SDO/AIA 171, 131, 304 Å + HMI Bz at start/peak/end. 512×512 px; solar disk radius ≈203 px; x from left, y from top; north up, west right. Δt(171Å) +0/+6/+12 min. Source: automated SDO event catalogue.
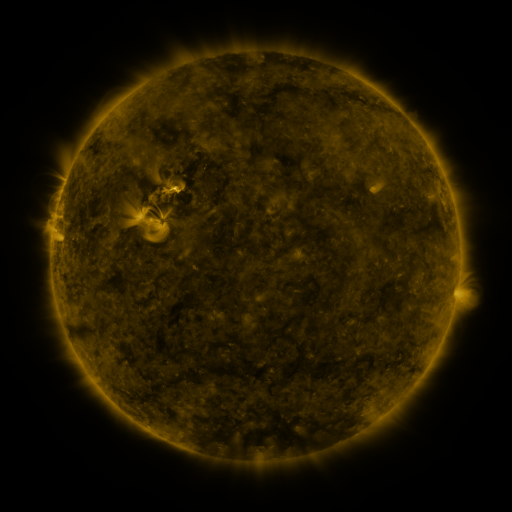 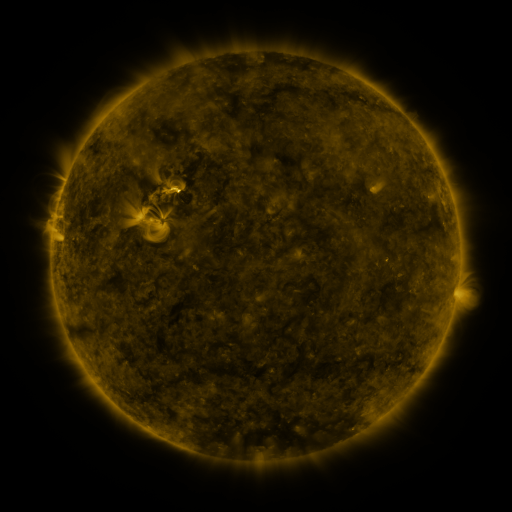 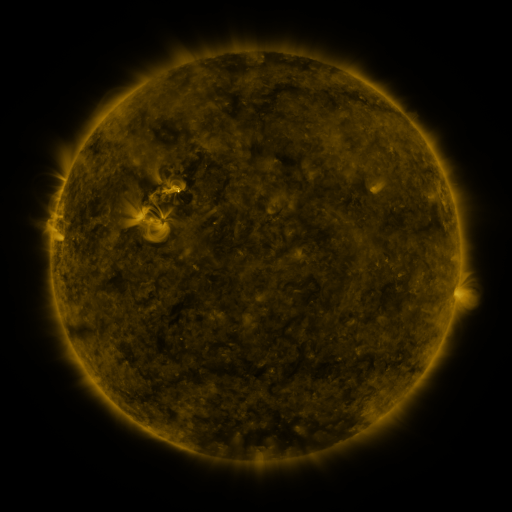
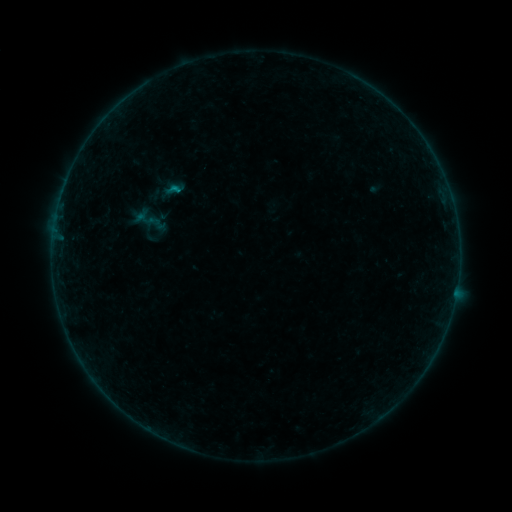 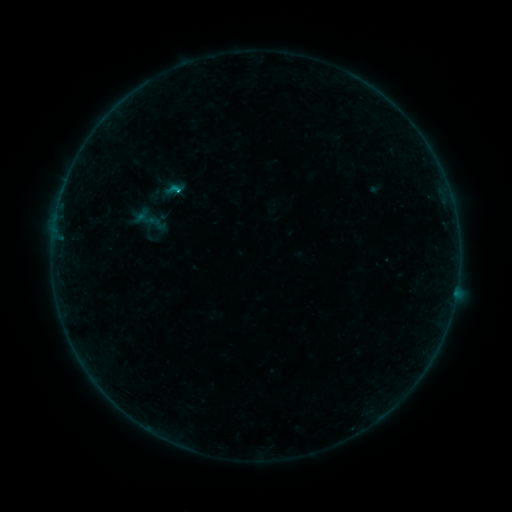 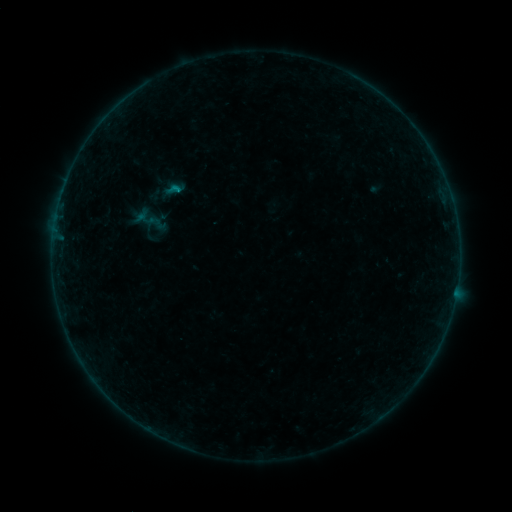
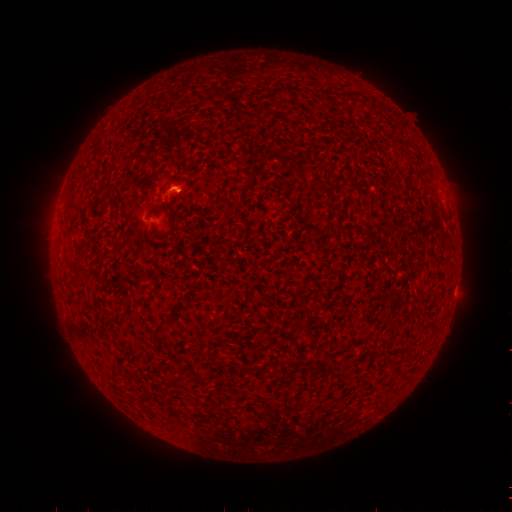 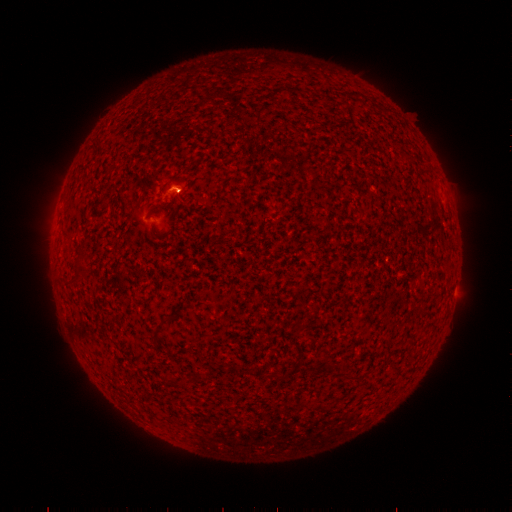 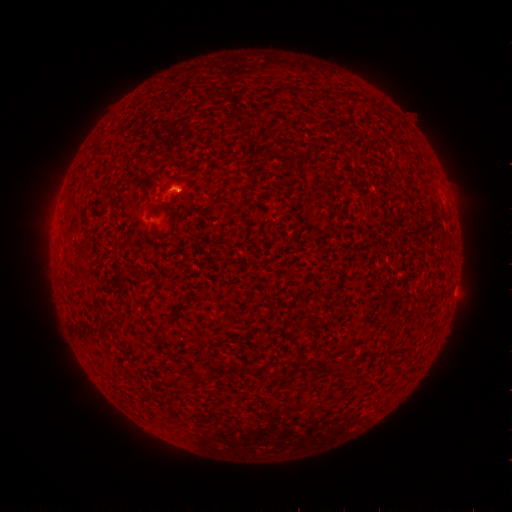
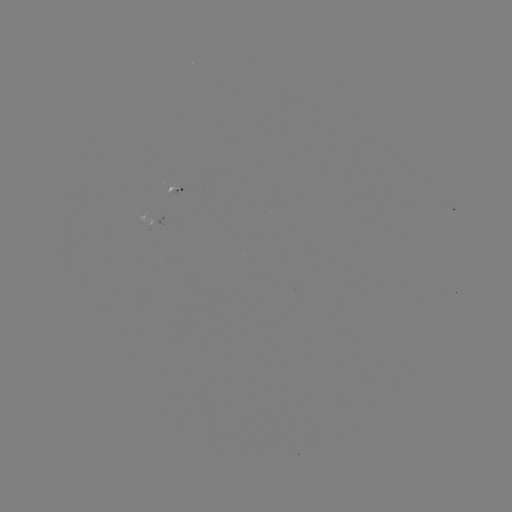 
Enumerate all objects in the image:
B3.8 flare: (181, 192)
